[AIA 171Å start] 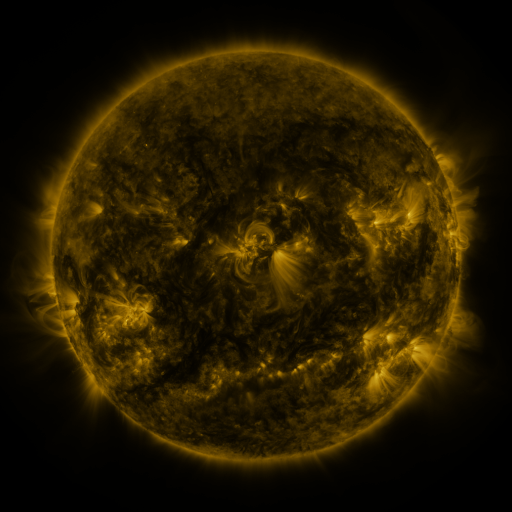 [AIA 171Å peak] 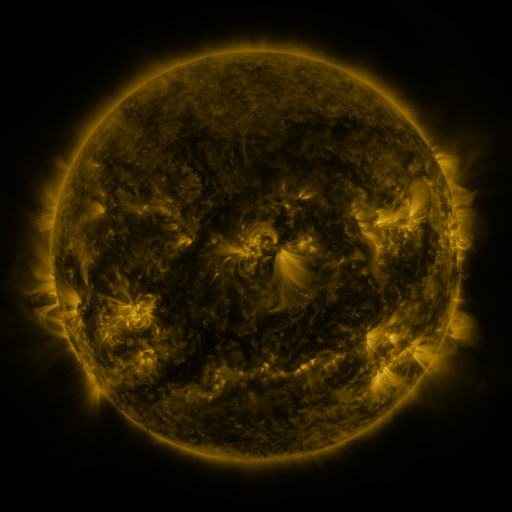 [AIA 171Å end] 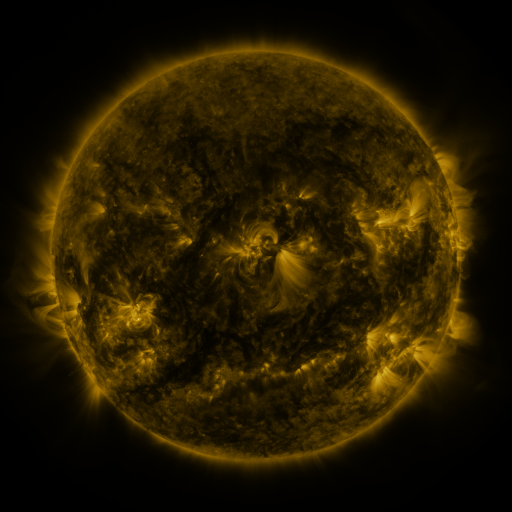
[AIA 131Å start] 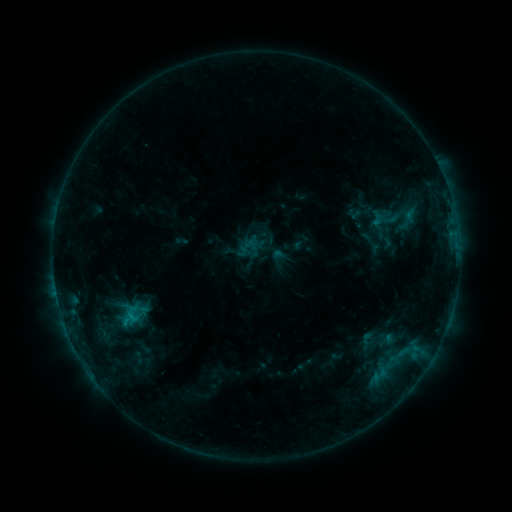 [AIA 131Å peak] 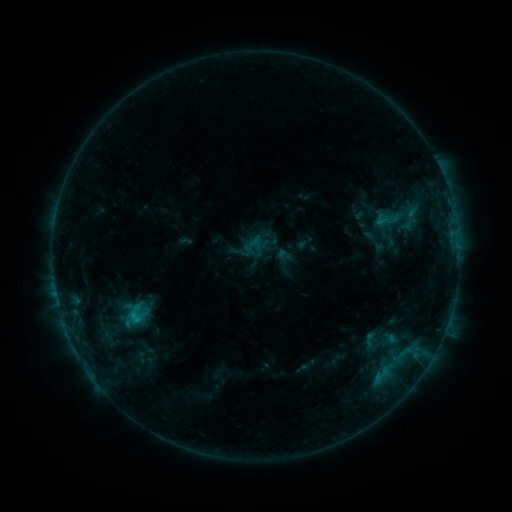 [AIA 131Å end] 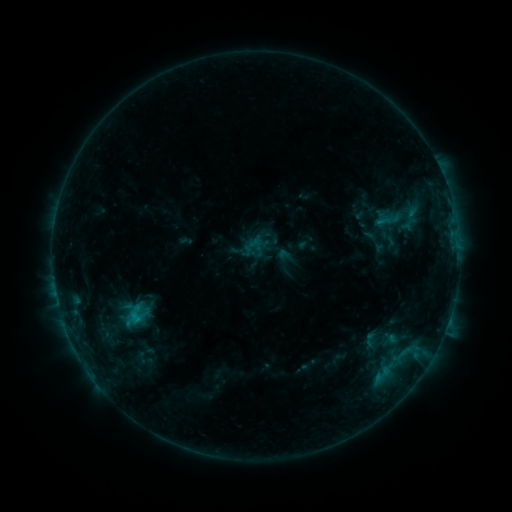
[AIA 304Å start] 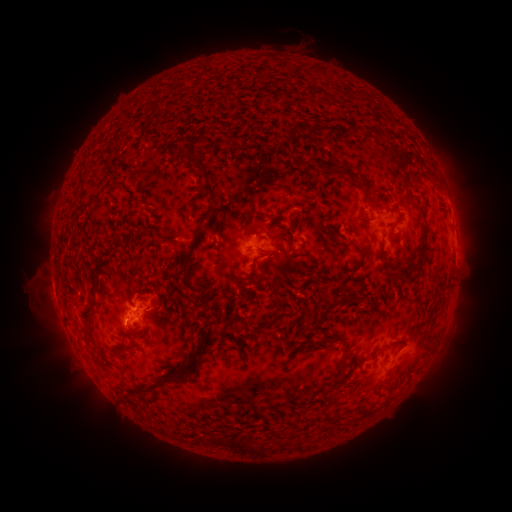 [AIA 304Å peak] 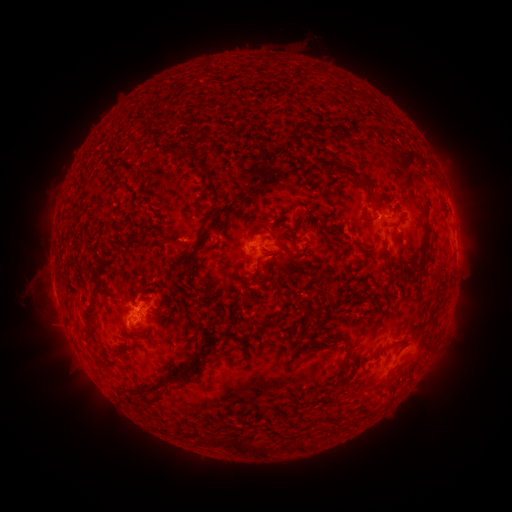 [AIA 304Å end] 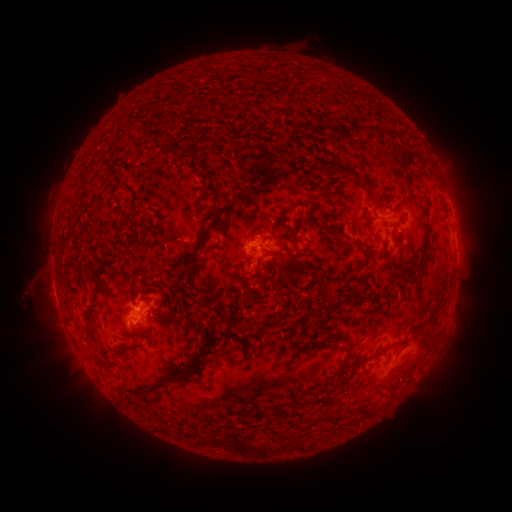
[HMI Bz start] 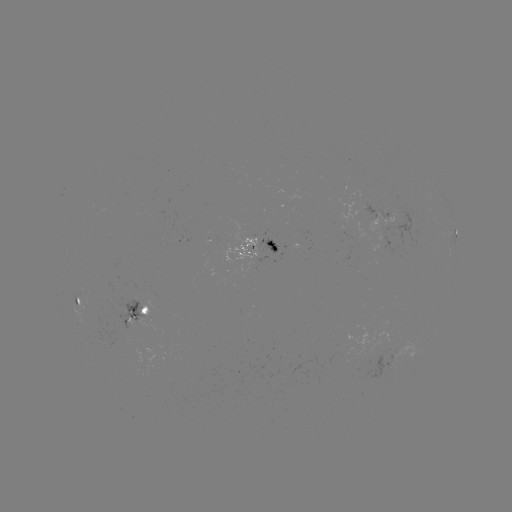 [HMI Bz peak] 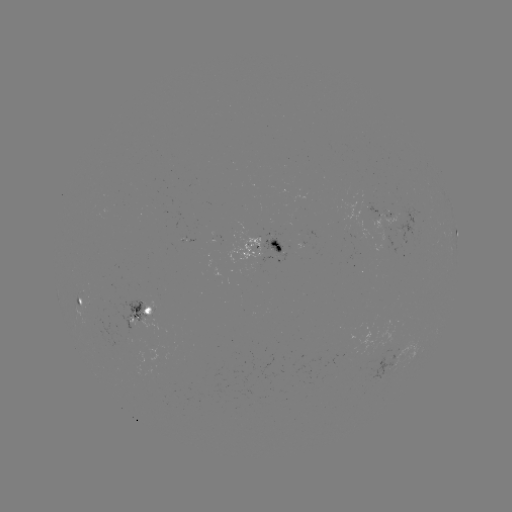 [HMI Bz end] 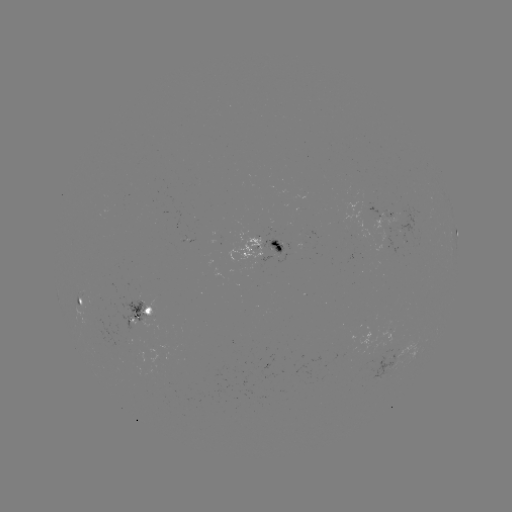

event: emerging-flux region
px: (278, 245)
